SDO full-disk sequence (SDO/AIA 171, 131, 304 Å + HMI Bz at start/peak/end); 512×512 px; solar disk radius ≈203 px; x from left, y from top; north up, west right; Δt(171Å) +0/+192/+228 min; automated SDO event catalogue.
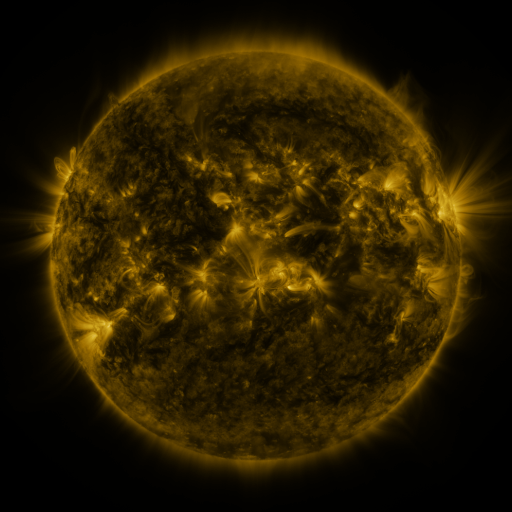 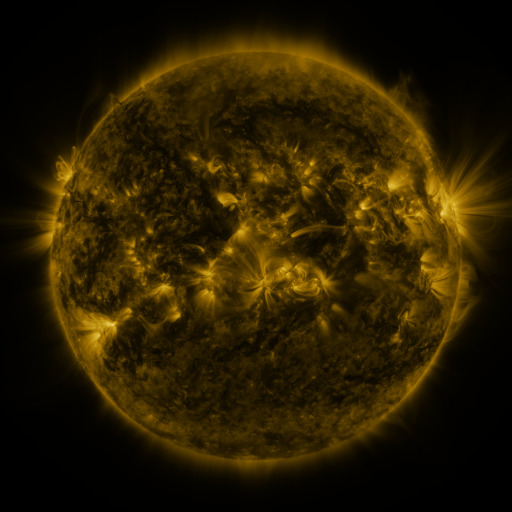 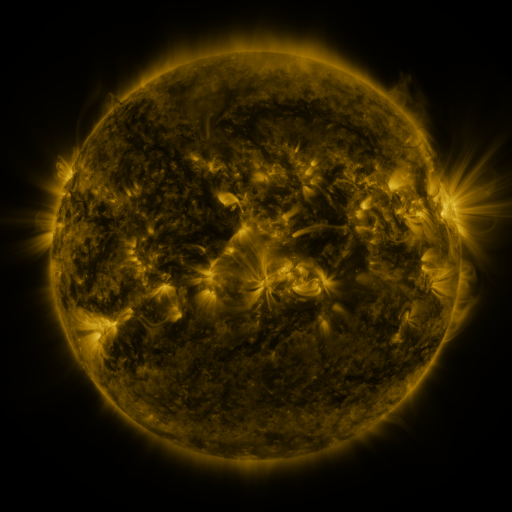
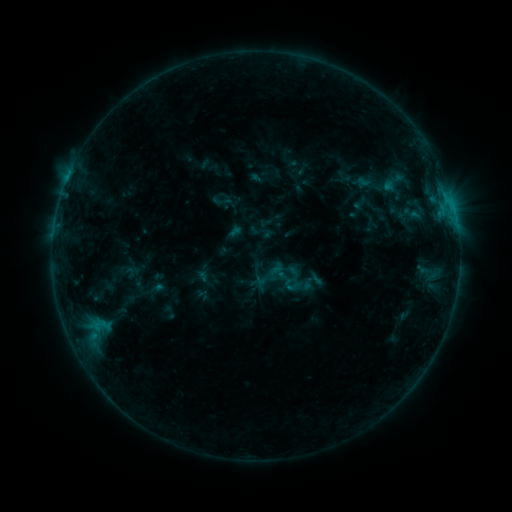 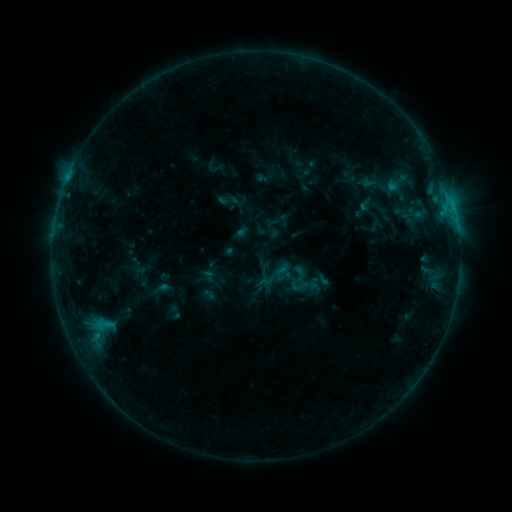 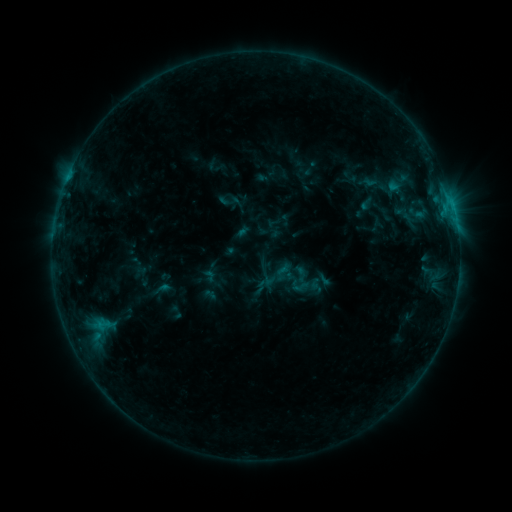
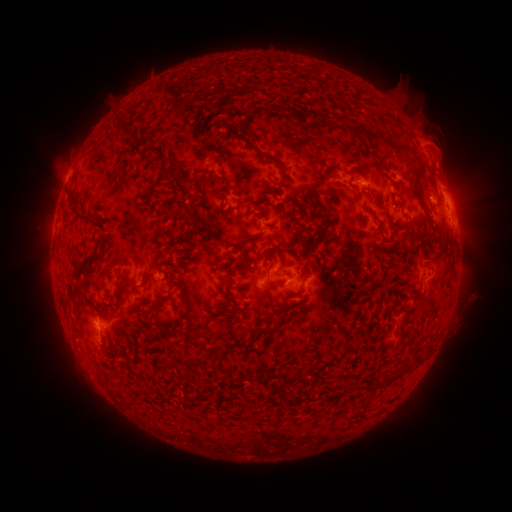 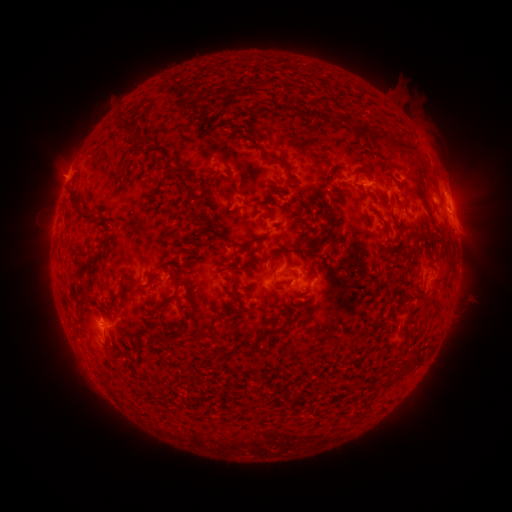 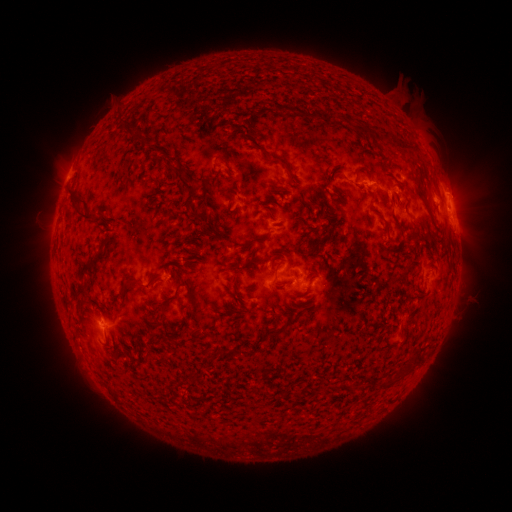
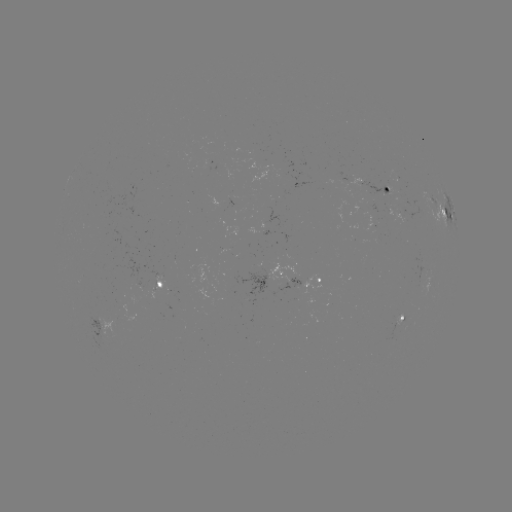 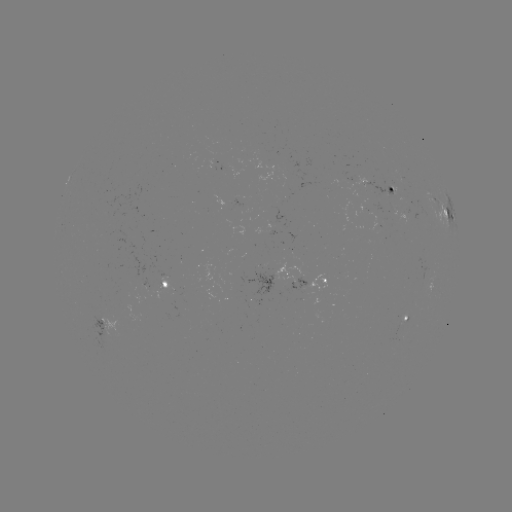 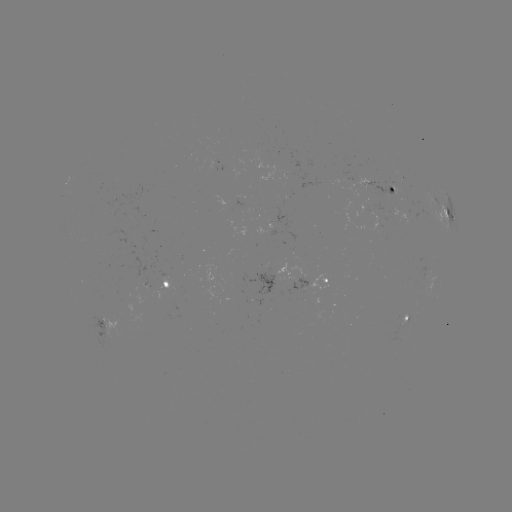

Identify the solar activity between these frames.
emerging-flux region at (163, 275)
